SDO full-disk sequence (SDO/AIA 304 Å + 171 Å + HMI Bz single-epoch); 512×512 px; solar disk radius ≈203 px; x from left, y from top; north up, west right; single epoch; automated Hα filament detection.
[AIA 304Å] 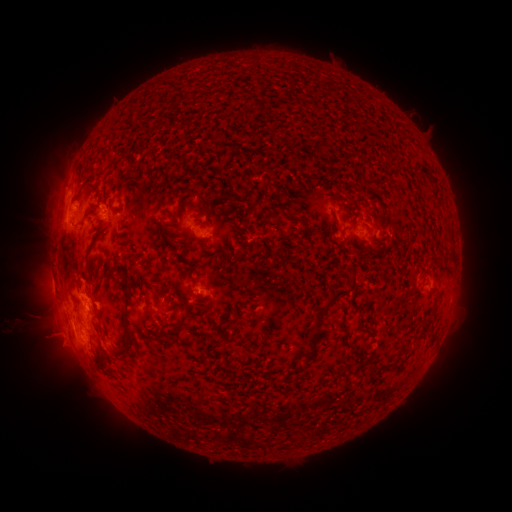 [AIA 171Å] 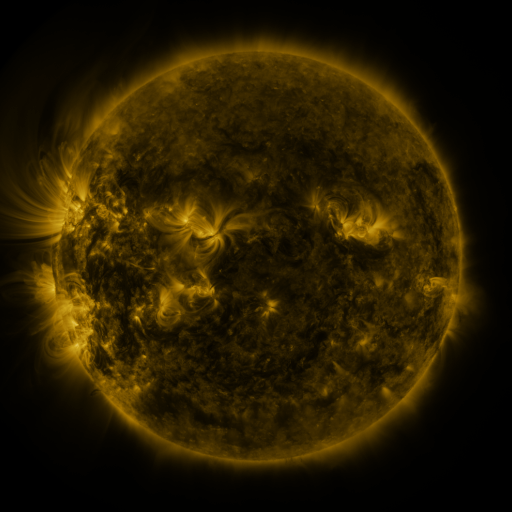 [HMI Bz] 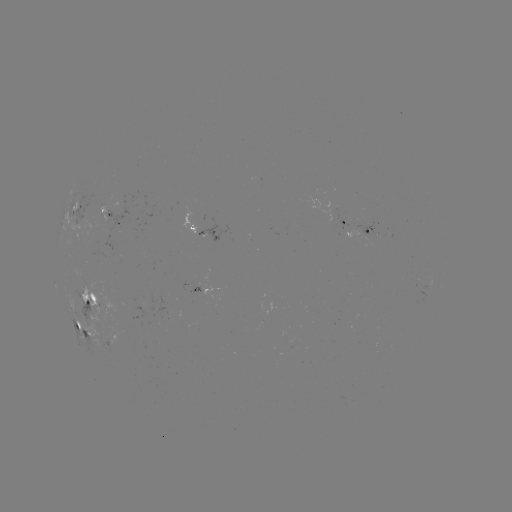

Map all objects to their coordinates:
filament: [280, 130, 292, 140]
filament: [80, 210, 95, 226]
filament: [284, 210, 304, 222]
filament: [361, 215, 373, 222]
filament: [96, 227, 105, 241]
filament: [160, 229, 168, 242]
filament: [233, 250, 246, 263]
filament: [184, 261, 196, 270]
filament: [308, 263, 359, 354]
filament: [94, 284, 102, 296]
filament: [122, 293, 131, 331]
filament: [115, 334, 135, 360]
filament: [373, 357, 383, 369]
